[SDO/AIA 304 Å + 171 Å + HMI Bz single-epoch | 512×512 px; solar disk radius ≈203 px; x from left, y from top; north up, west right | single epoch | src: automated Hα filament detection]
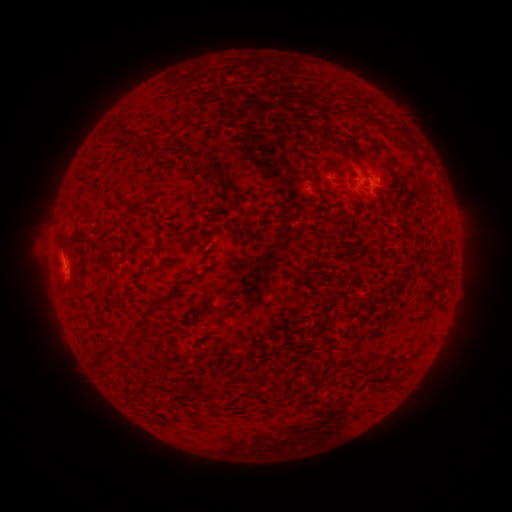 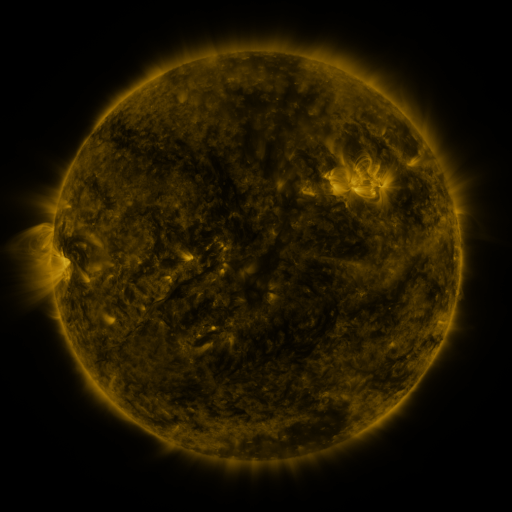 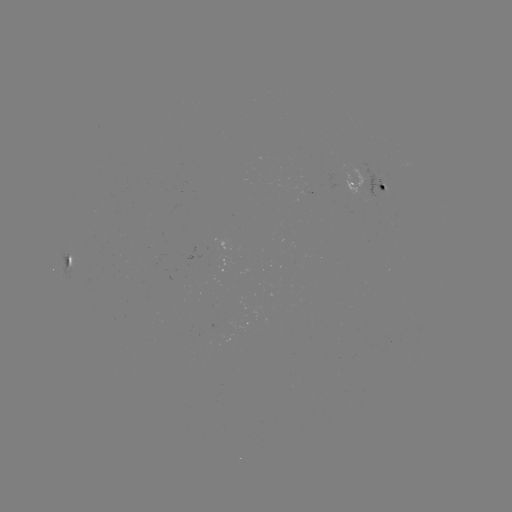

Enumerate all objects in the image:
filament: (150, 135)
filament: (367, 153)
filament: (395, 183)
filament: (71, 256)
filament: (155, 305)
filament: (211, 305)
filament: (112, 345)
filament: (100, 360)
